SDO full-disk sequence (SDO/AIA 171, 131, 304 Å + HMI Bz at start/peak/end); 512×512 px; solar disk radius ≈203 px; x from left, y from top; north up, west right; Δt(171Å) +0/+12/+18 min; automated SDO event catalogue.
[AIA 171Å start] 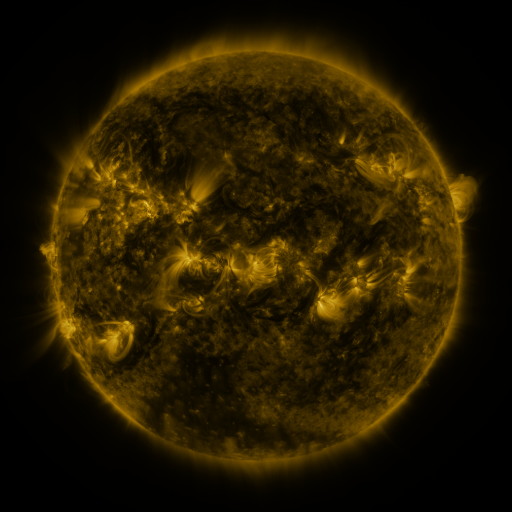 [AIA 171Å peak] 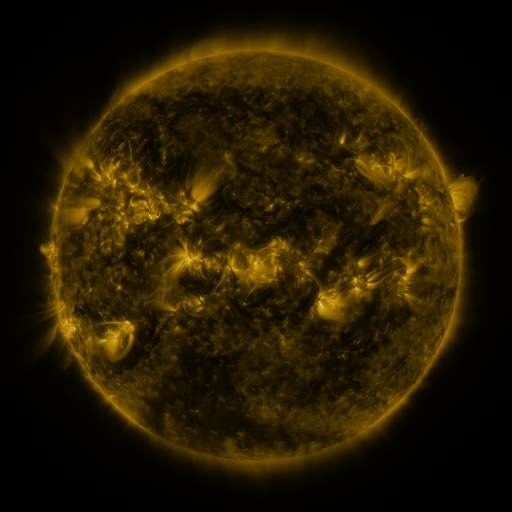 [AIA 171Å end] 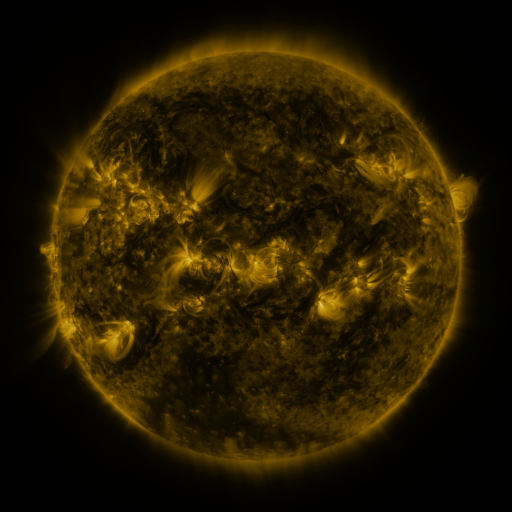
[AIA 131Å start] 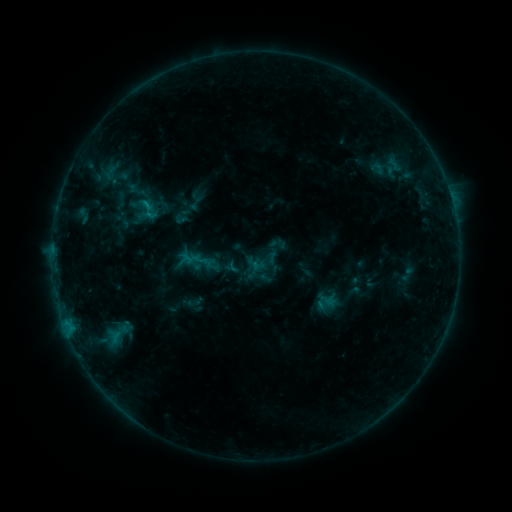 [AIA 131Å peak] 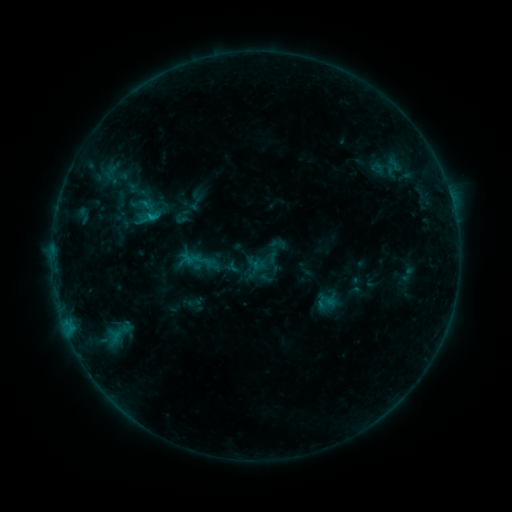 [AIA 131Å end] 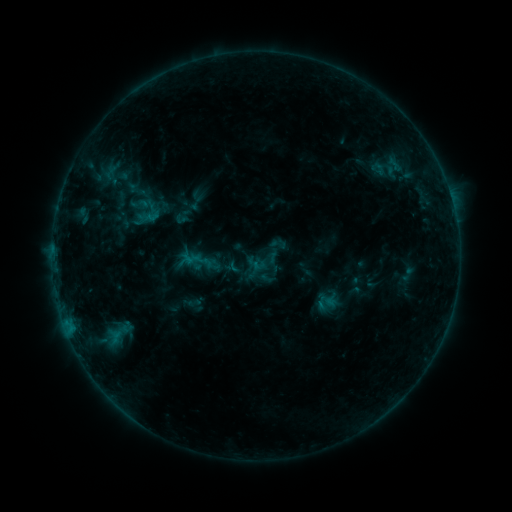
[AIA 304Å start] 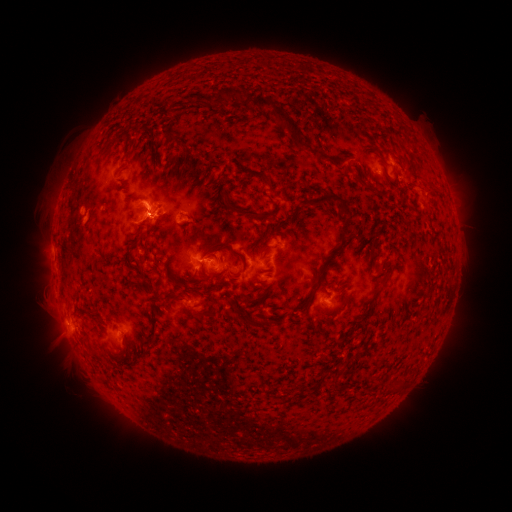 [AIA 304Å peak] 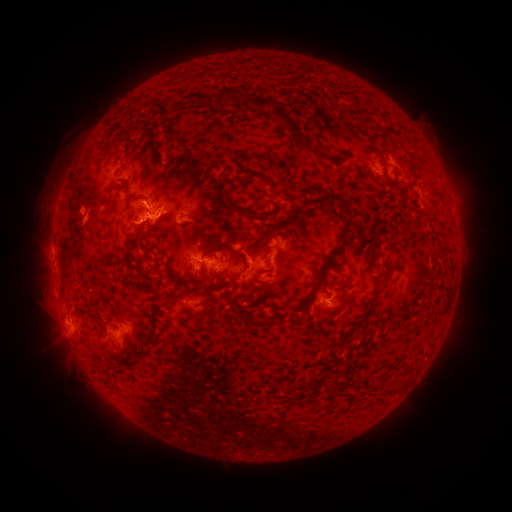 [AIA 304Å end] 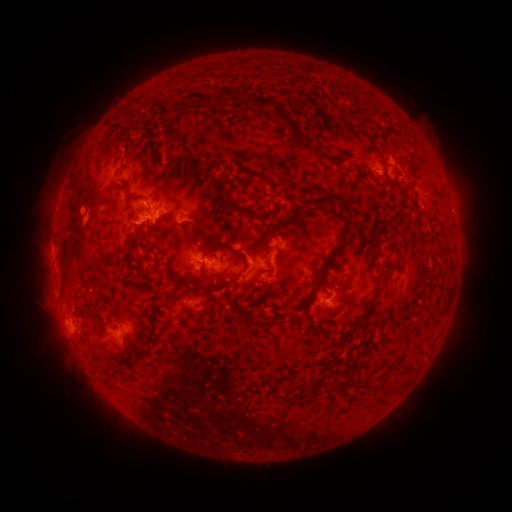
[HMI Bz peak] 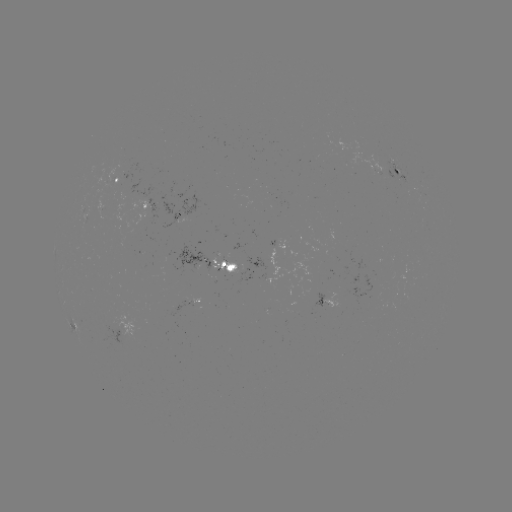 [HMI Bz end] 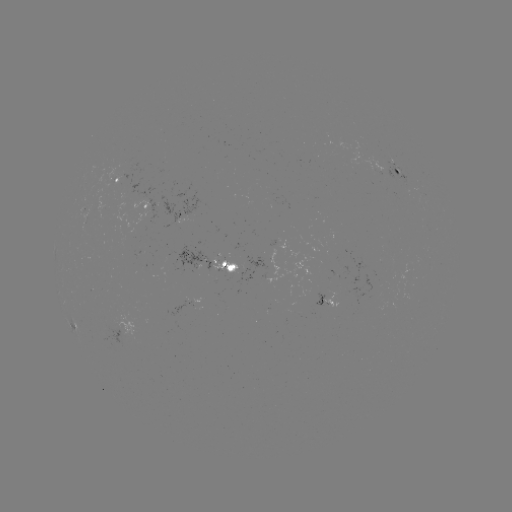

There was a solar flare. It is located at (146, 204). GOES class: B7.7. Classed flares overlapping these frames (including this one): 1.